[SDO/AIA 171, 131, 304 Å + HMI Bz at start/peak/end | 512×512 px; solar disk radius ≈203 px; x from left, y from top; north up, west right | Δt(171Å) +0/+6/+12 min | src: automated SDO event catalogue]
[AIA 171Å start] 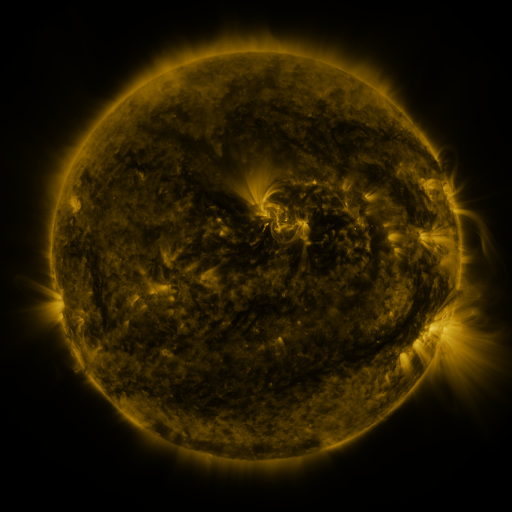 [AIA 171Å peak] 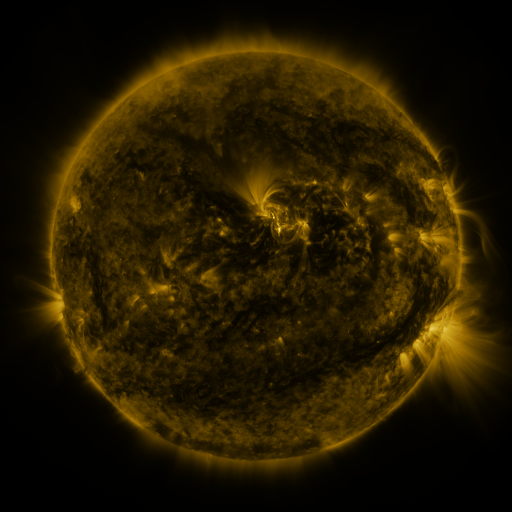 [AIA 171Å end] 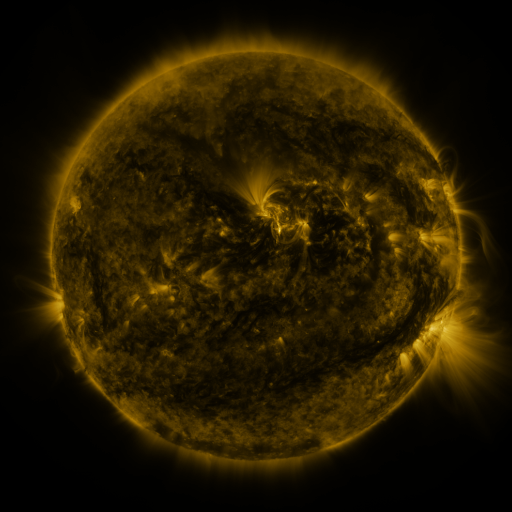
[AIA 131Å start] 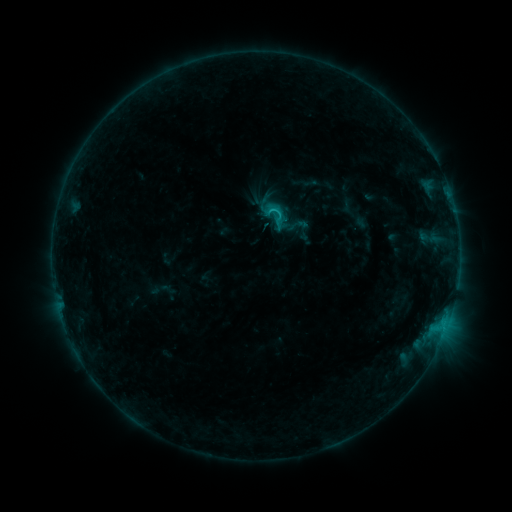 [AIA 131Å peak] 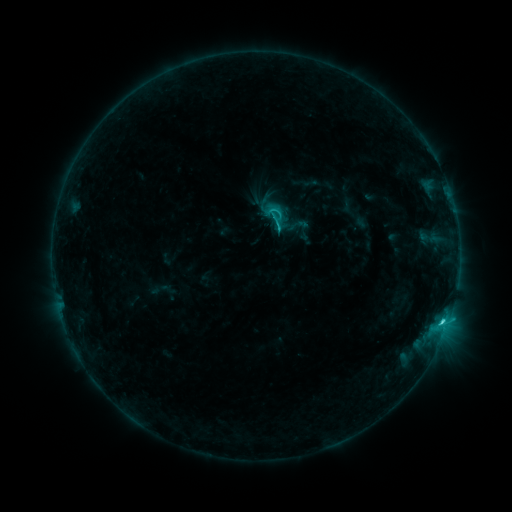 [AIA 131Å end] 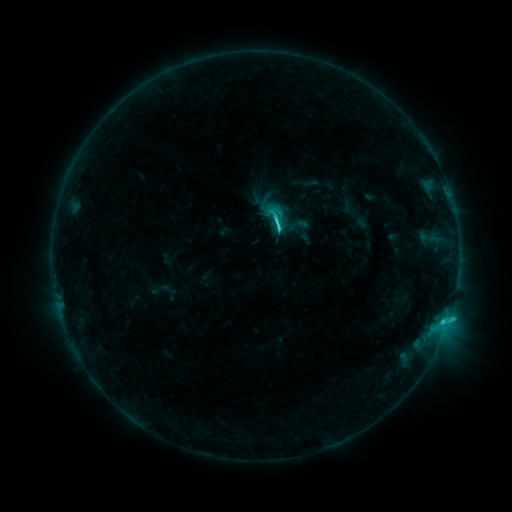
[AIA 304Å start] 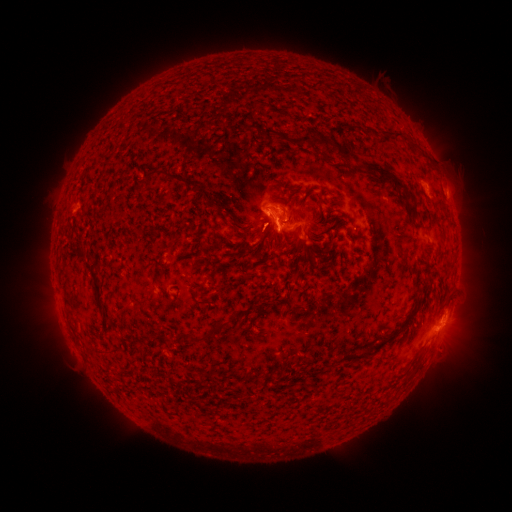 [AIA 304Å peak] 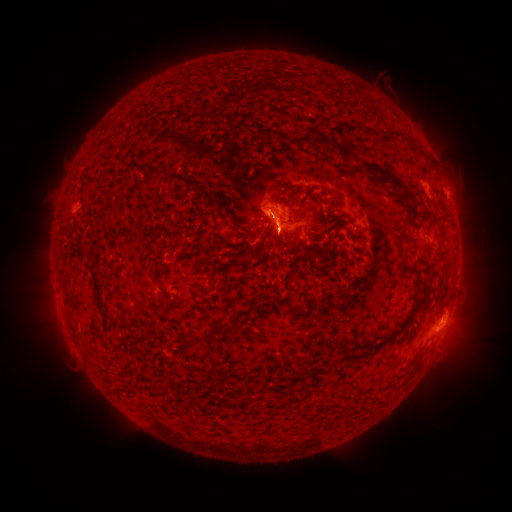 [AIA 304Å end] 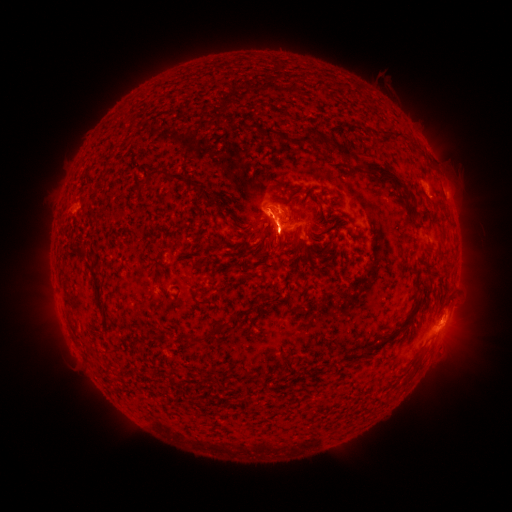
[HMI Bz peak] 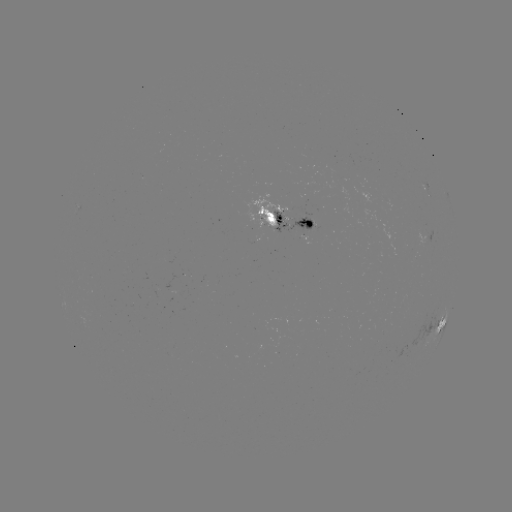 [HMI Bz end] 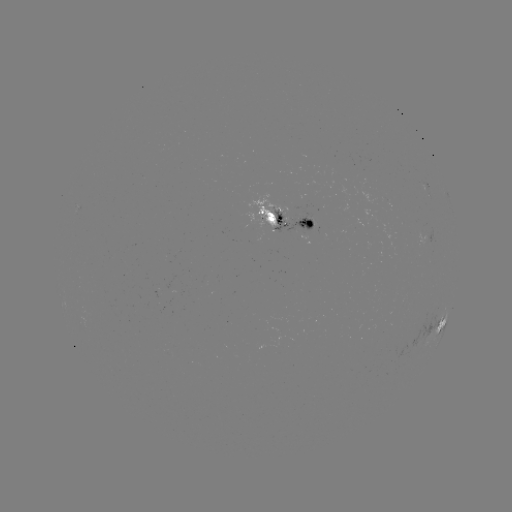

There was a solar flare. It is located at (442, 320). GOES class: C3.9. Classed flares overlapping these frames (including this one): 1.